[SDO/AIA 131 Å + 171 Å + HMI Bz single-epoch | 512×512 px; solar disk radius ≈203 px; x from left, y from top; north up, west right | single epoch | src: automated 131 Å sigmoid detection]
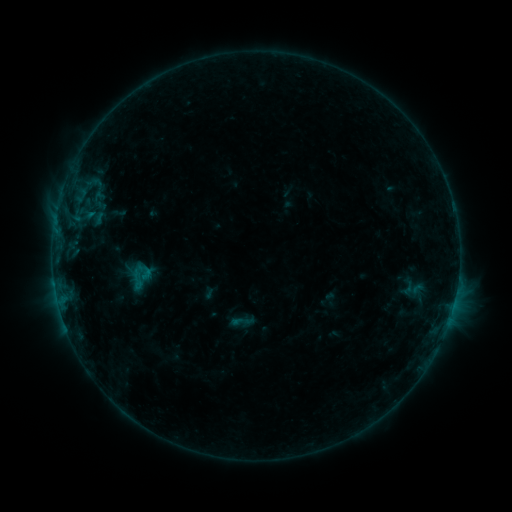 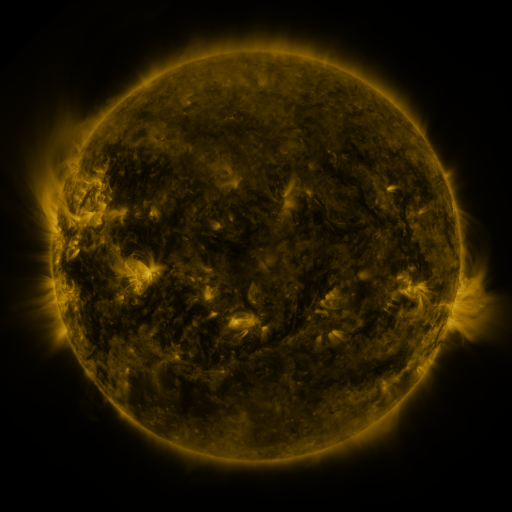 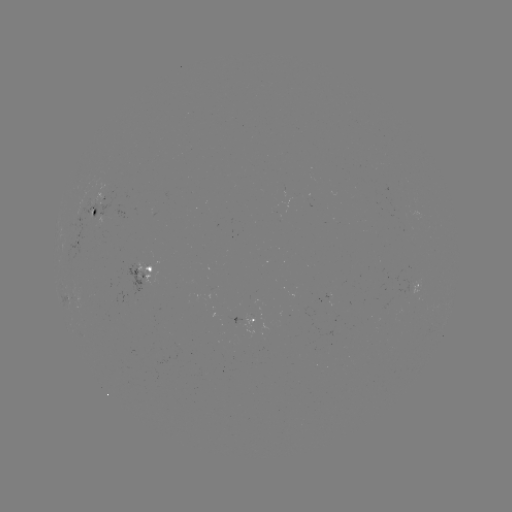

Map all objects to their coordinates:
sigmoid: [124, 268, 149, 290]
